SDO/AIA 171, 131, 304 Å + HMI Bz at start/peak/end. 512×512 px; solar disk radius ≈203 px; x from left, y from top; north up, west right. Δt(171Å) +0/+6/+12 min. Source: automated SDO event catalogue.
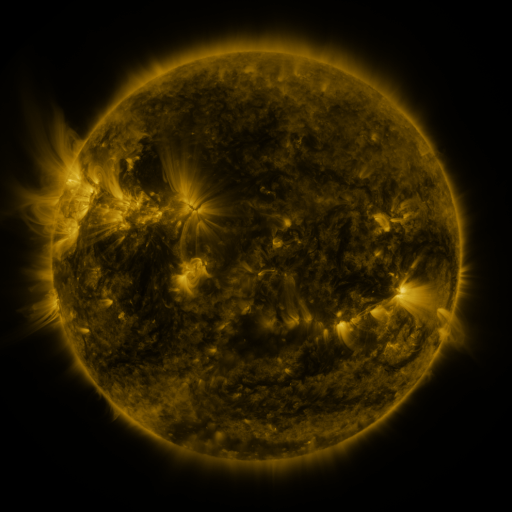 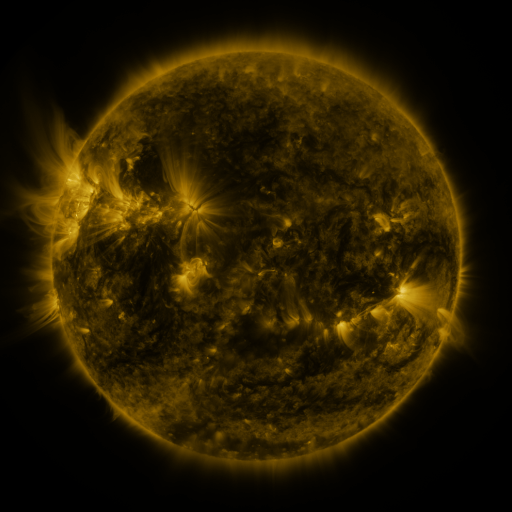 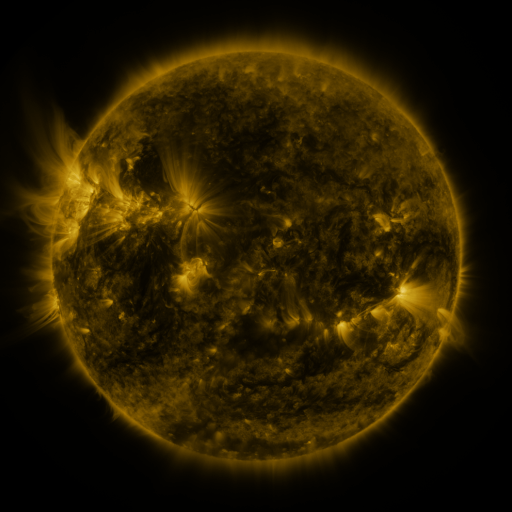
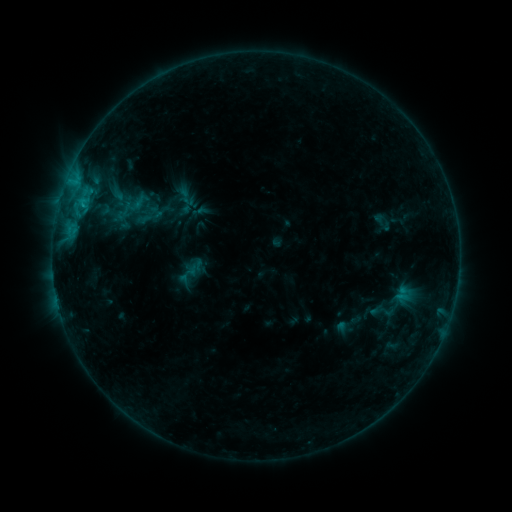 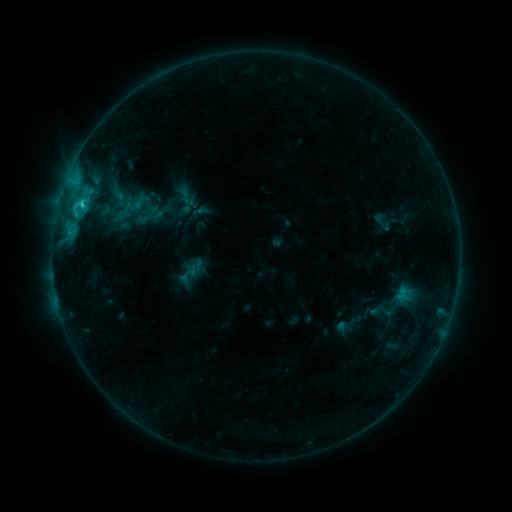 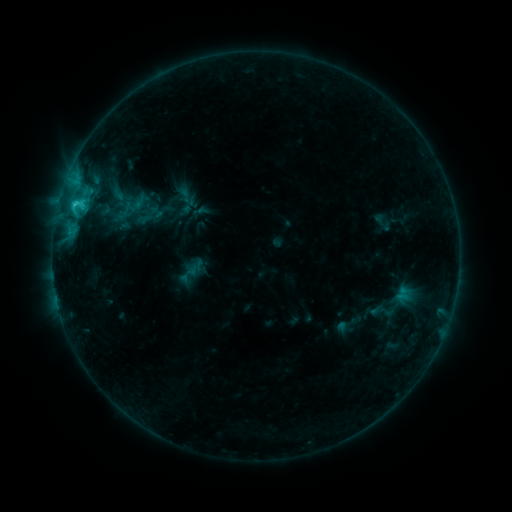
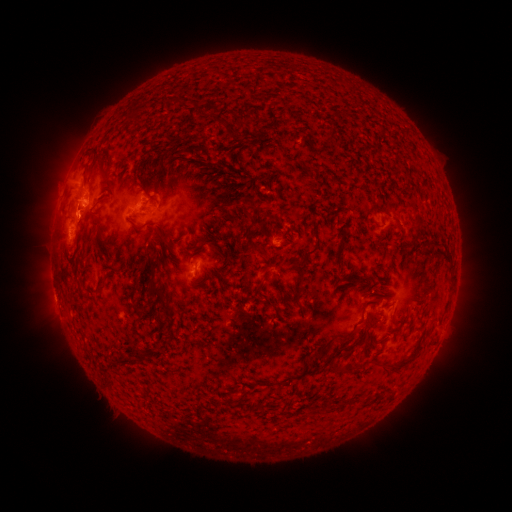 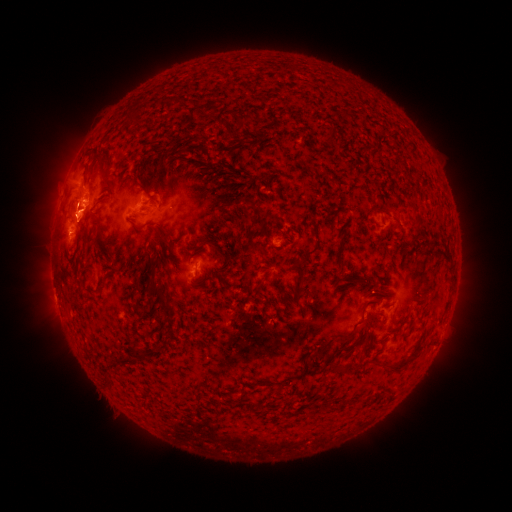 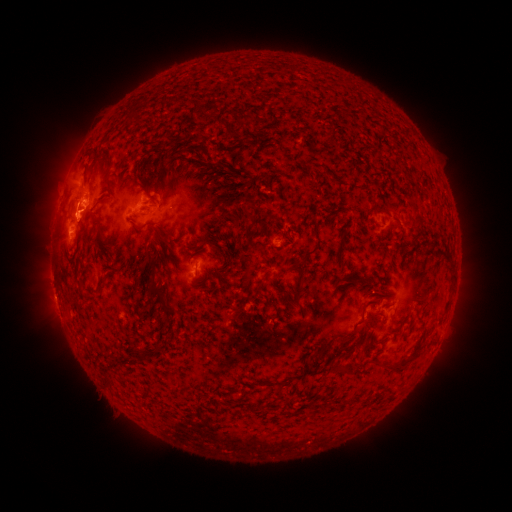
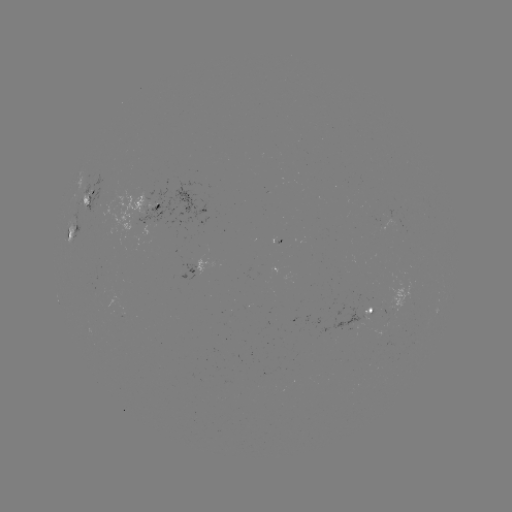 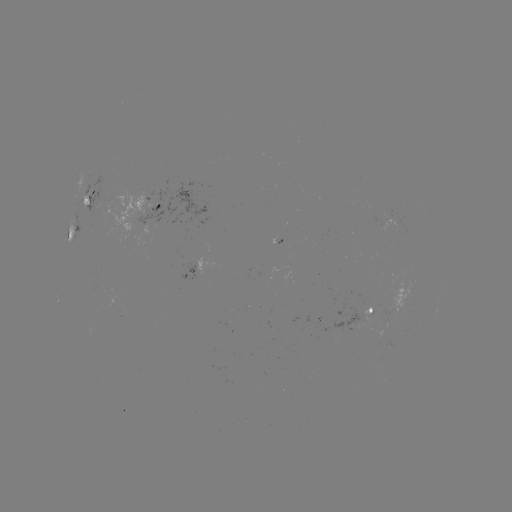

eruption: <bbox>48, 192, 107, 241</bbox>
